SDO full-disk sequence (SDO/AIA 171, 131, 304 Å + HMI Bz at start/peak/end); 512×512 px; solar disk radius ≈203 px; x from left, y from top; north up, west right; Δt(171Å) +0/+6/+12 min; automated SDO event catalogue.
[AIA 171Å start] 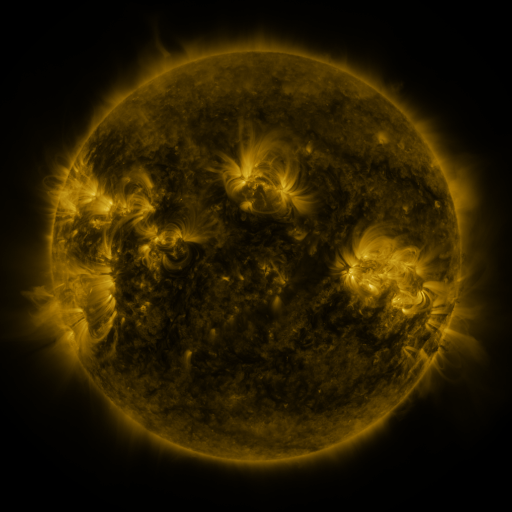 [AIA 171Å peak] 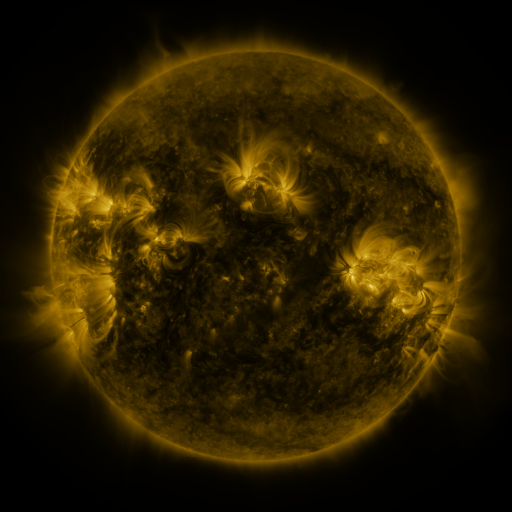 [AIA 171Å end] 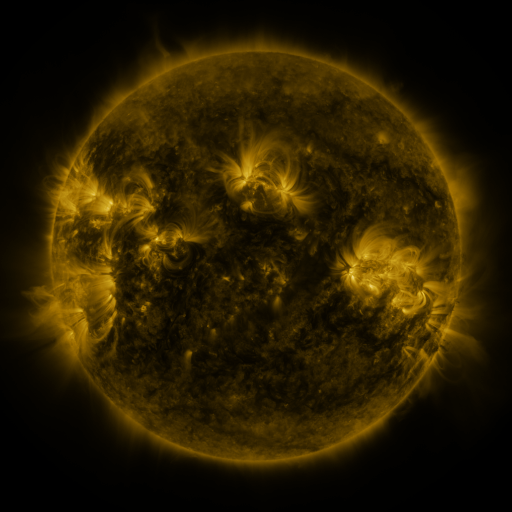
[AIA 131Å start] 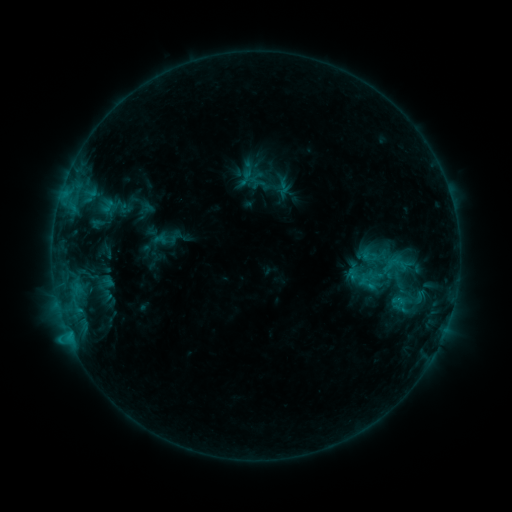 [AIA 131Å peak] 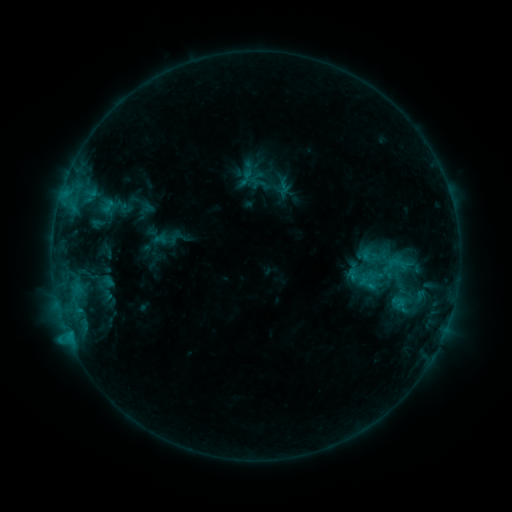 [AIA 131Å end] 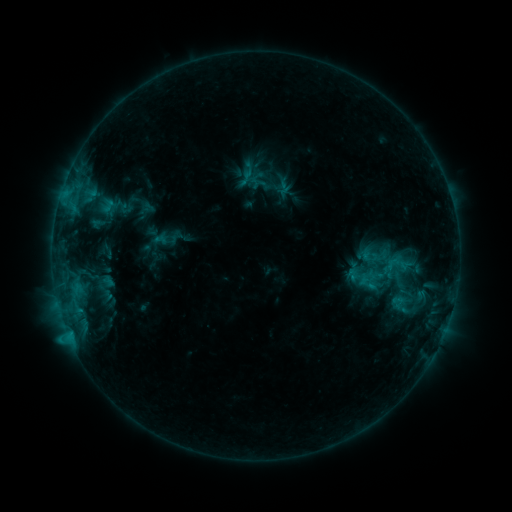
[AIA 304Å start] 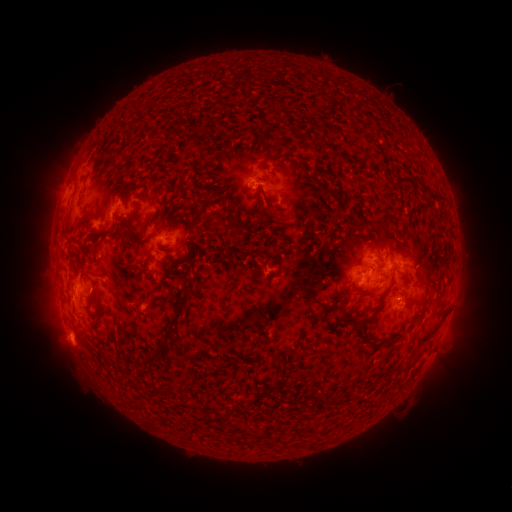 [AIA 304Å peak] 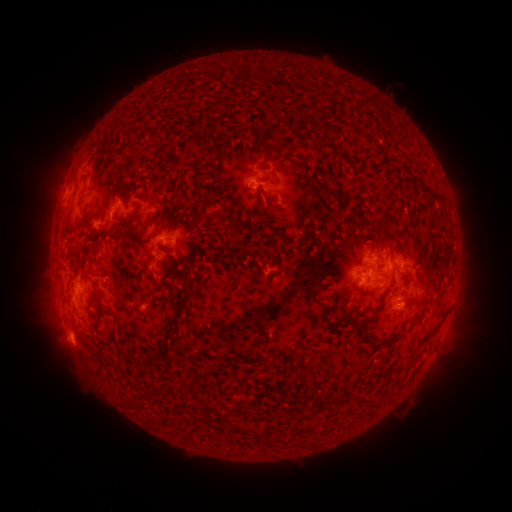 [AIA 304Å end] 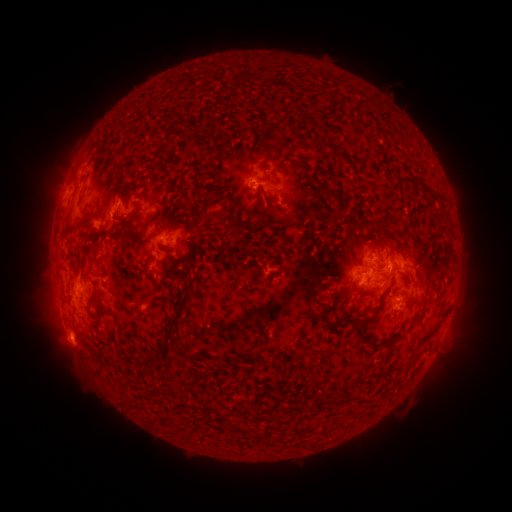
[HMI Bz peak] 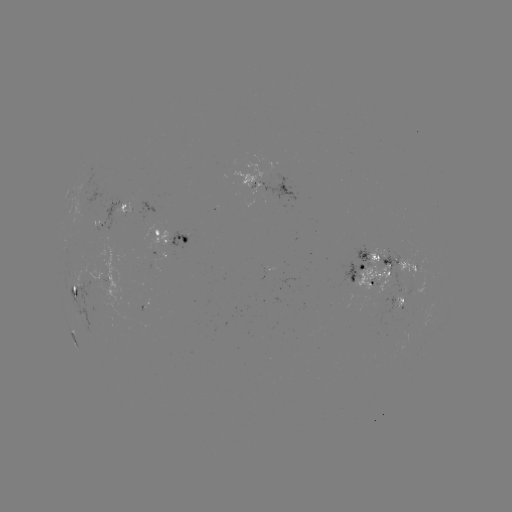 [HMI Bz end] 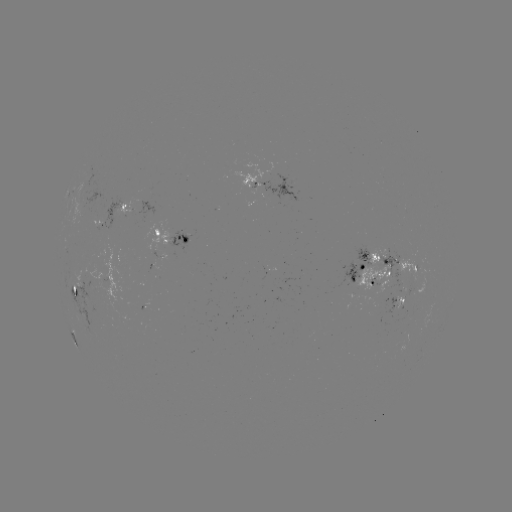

no classed flare was catalogued and no EUV brightening was flagged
